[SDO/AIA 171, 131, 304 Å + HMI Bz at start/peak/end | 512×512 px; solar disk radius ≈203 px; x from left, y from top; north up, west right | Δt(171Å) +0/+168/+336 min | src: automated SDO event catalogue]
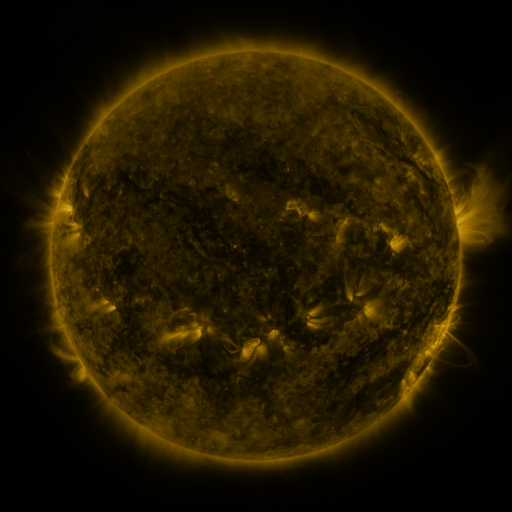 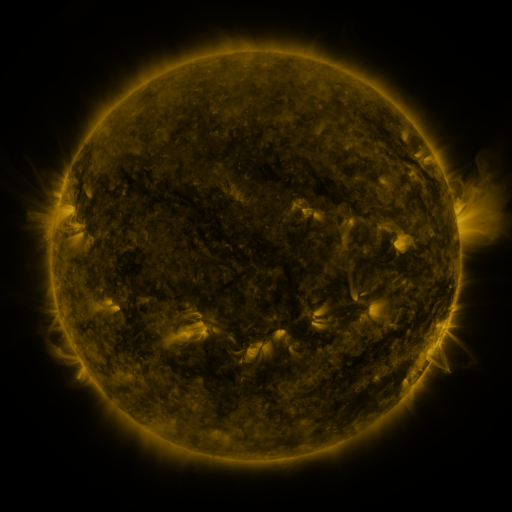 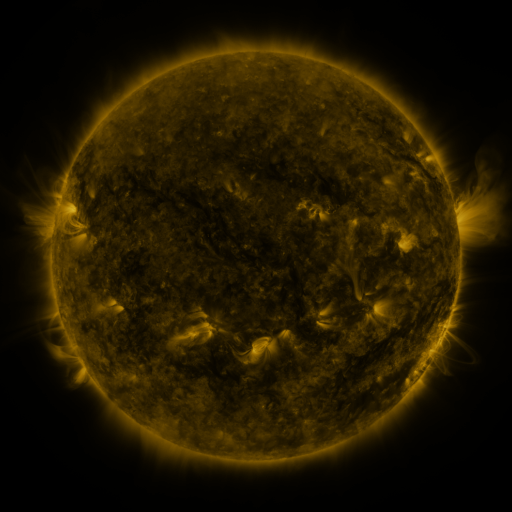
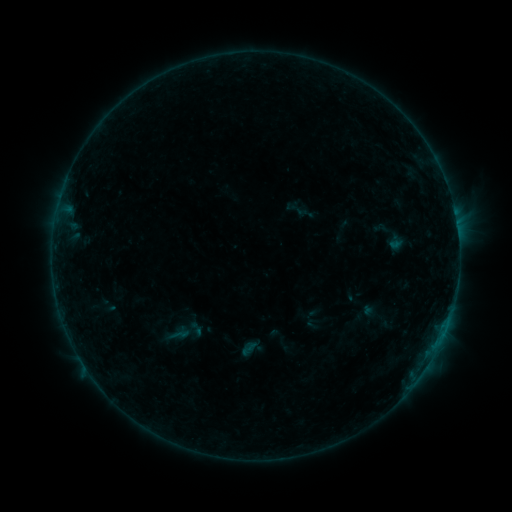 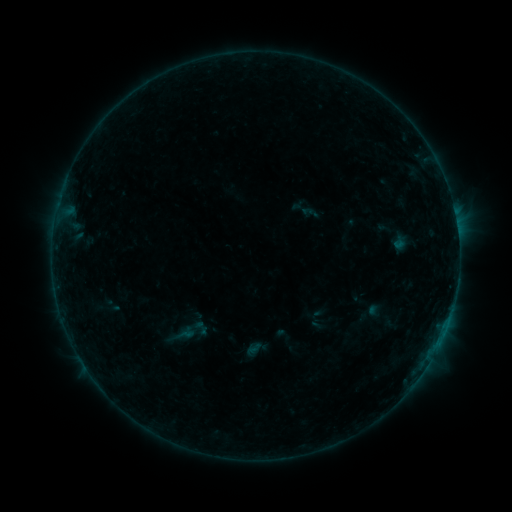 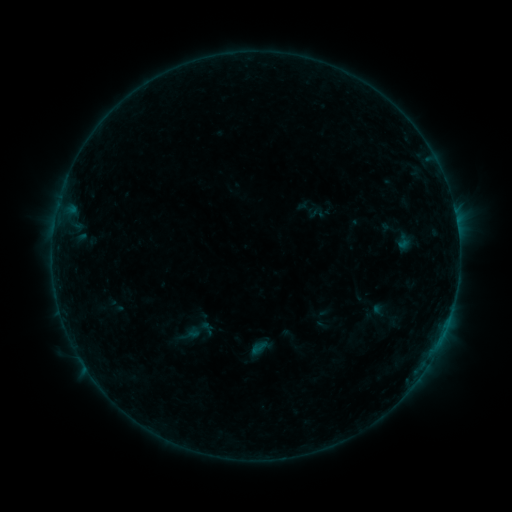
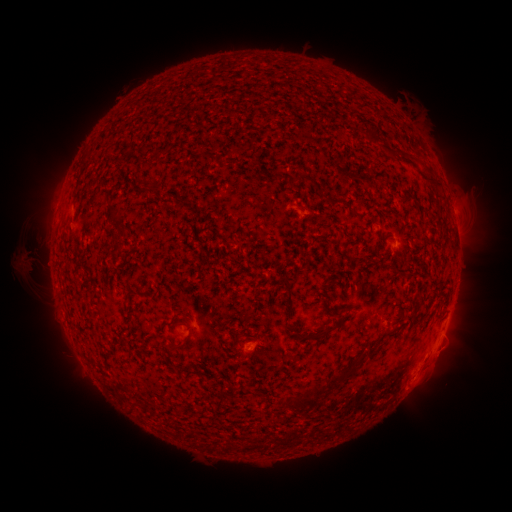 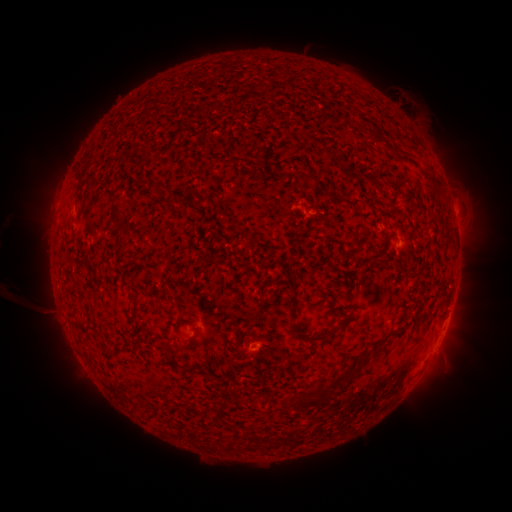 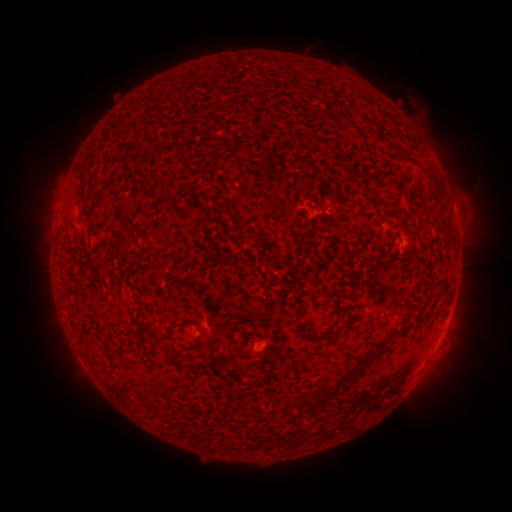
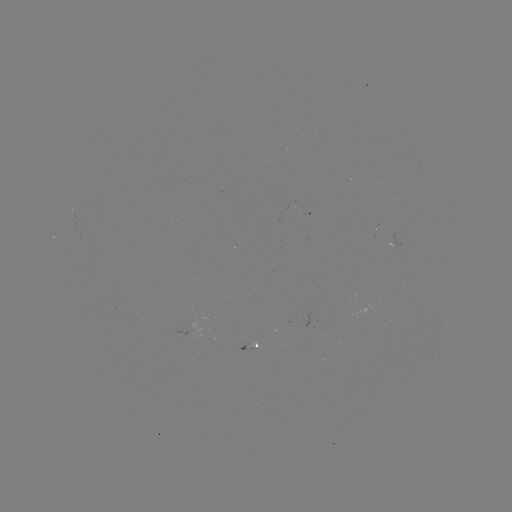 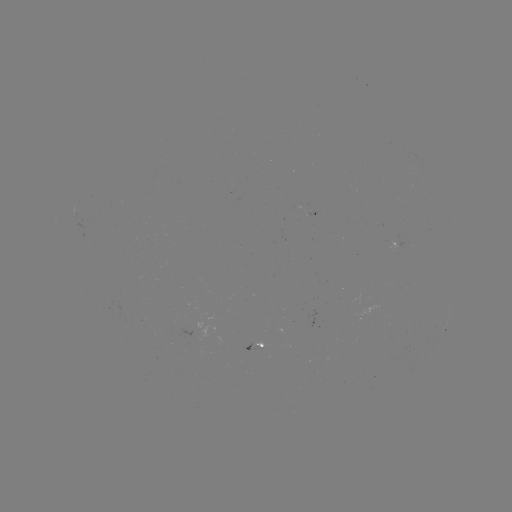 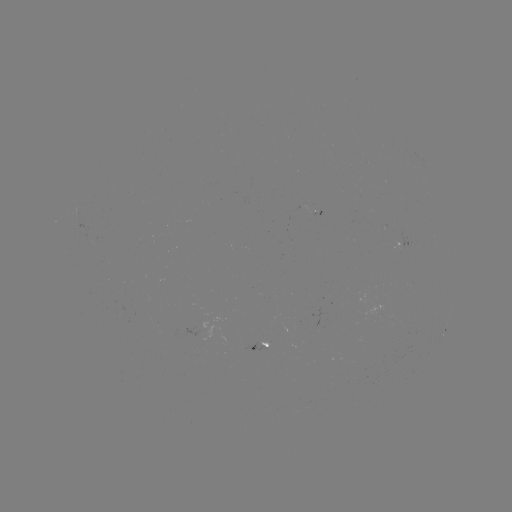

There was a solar filament eruption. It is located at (27, 265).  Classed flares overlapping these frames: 1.